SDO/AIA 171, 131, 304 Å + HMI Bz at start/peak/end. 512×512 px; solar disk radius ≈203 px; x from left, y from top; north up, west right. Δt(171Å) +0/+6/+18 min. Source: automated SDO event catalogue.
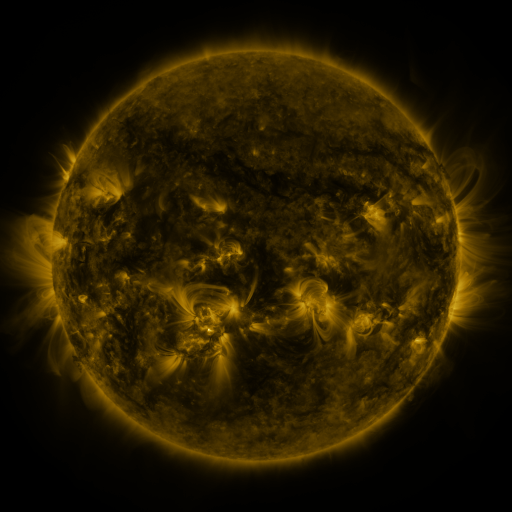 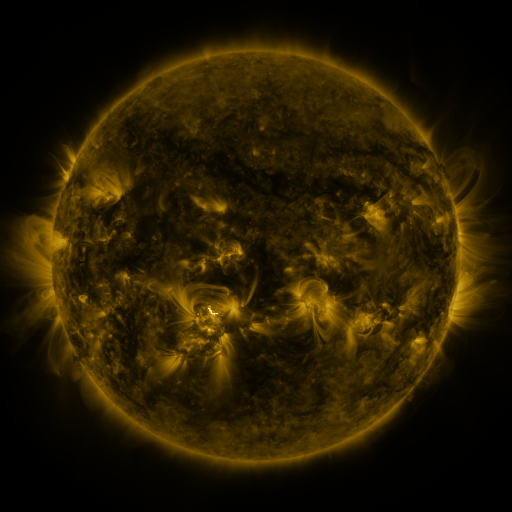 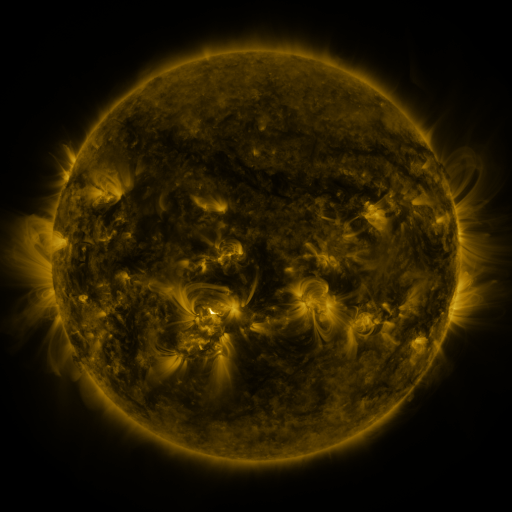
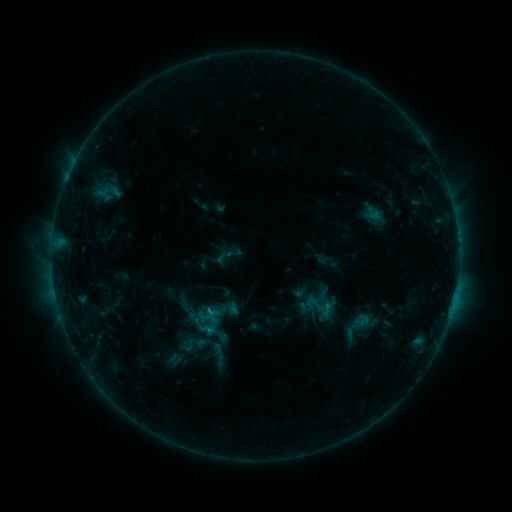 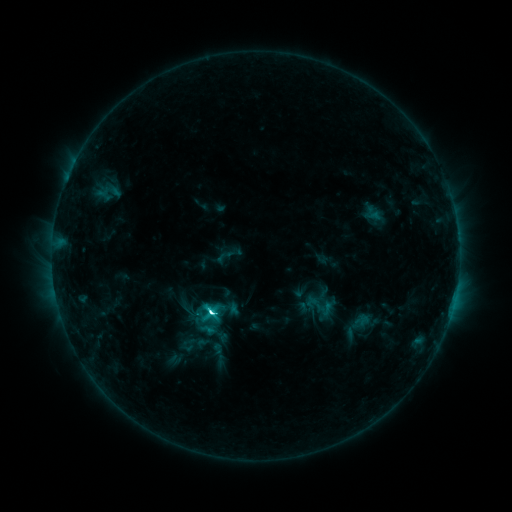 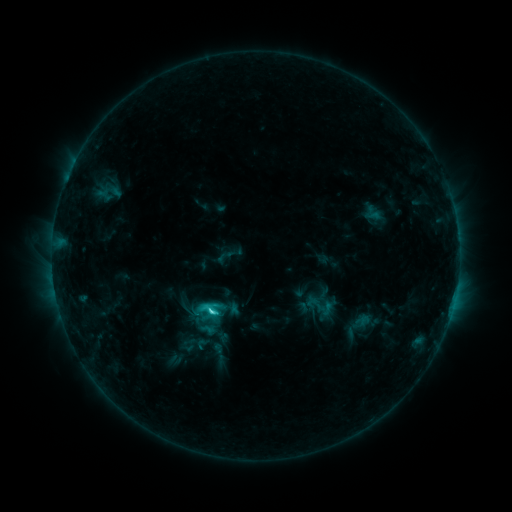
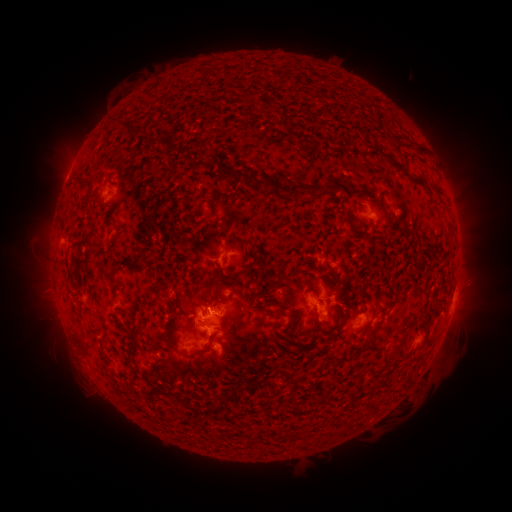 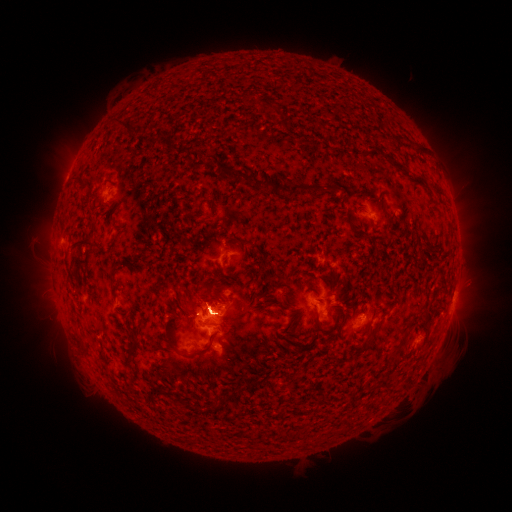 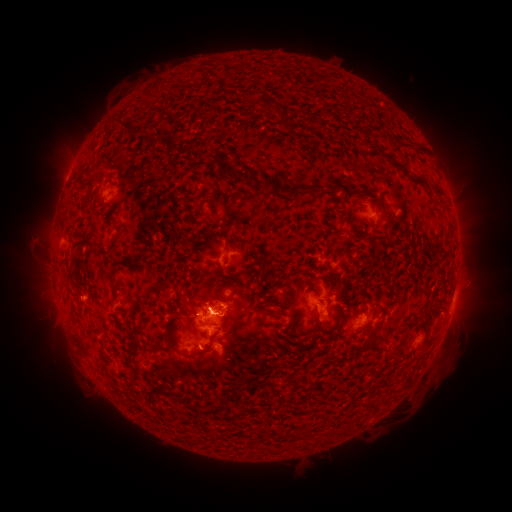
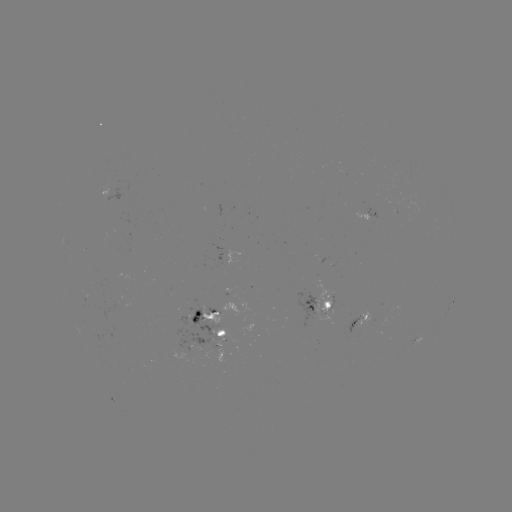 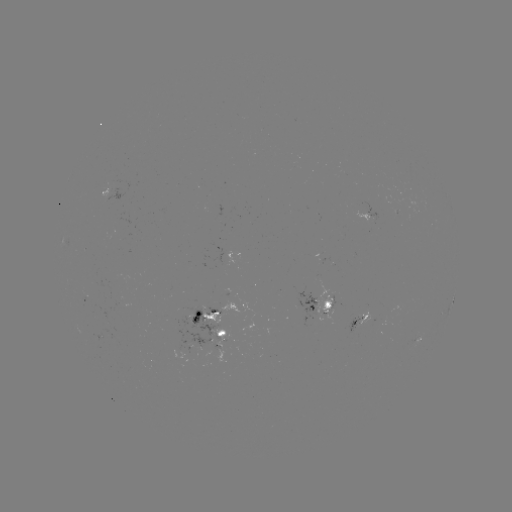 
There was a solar flare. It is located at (214, 309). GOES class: C6.2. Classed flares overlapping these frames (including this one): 1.